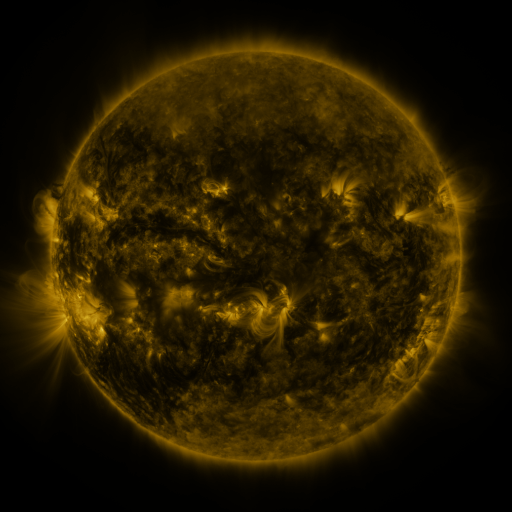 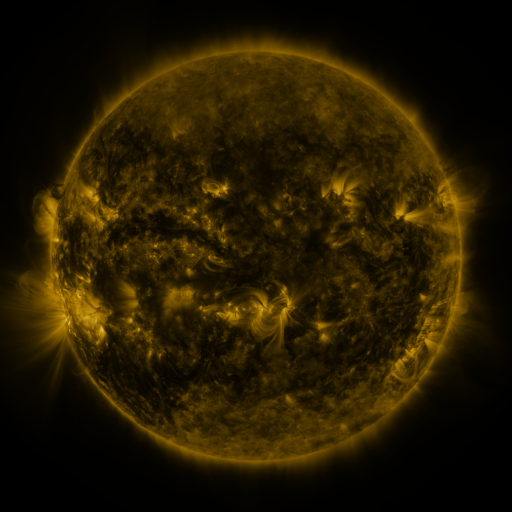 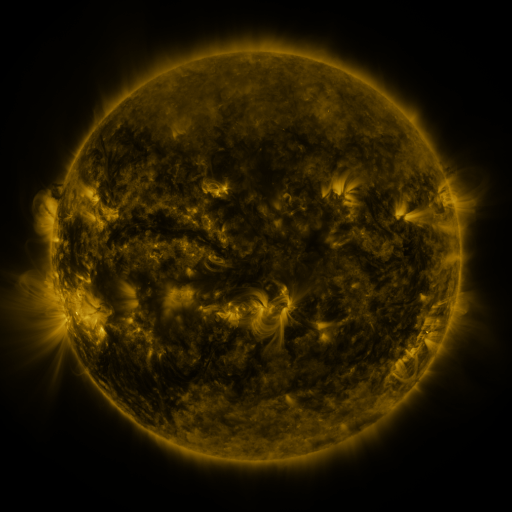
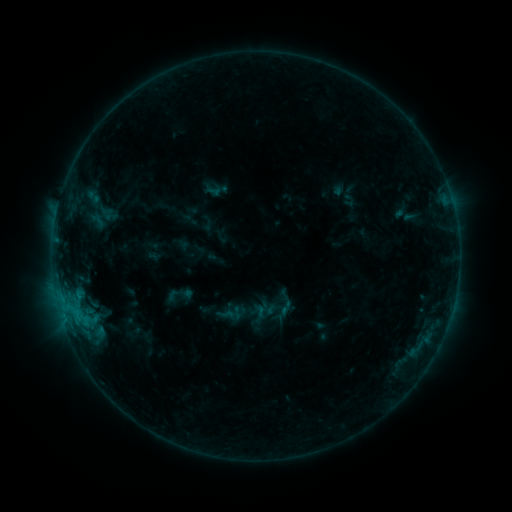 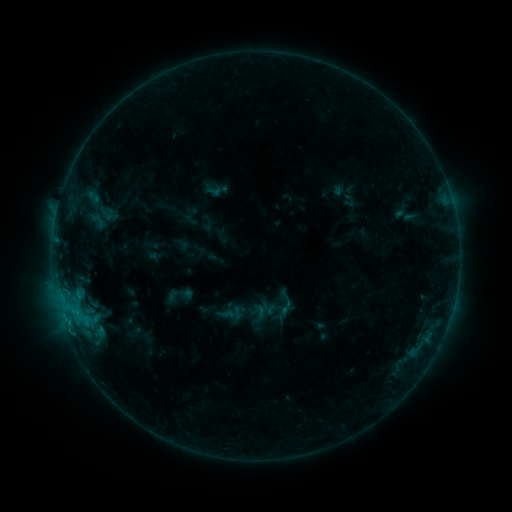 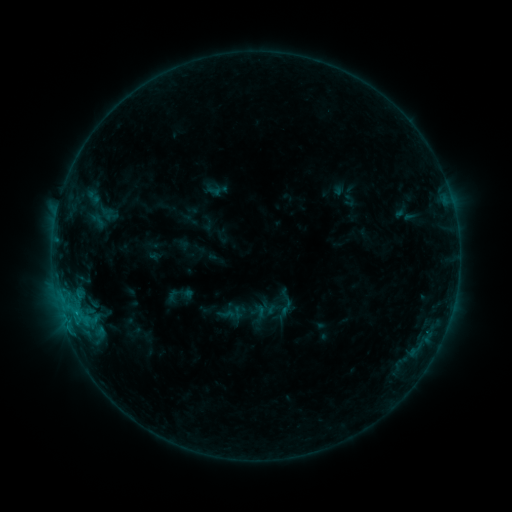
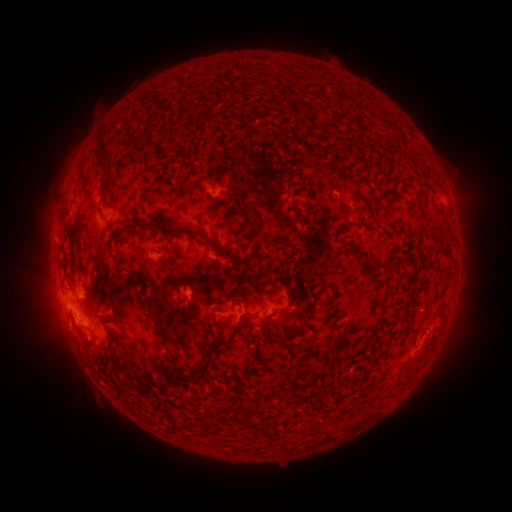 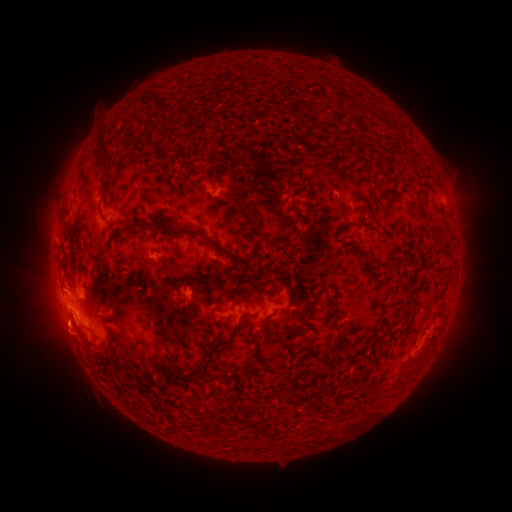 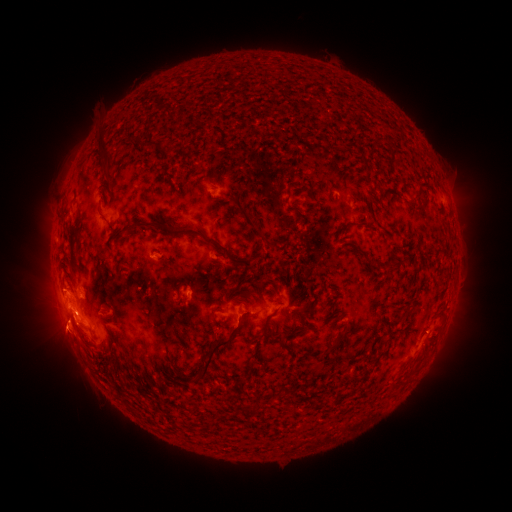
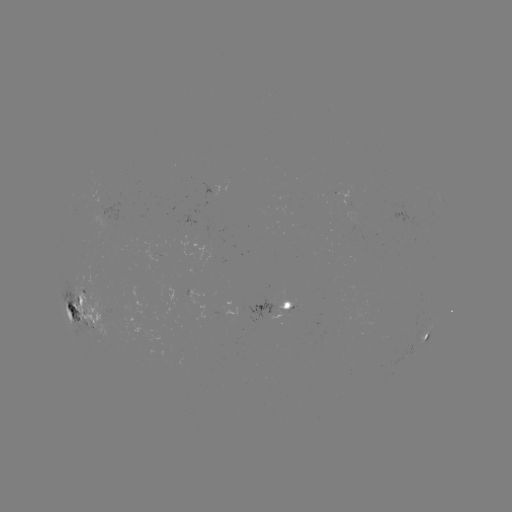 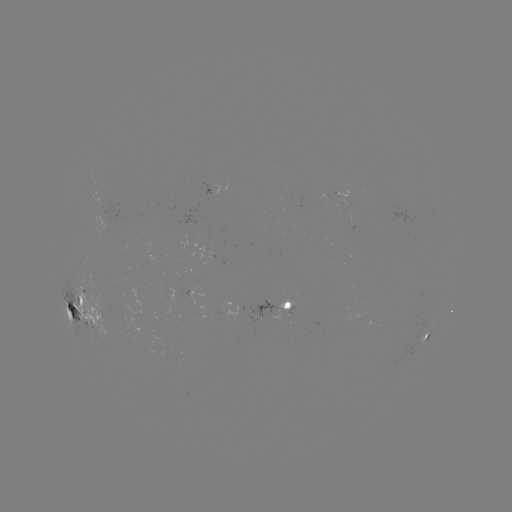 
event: eruption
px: (60, 334)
